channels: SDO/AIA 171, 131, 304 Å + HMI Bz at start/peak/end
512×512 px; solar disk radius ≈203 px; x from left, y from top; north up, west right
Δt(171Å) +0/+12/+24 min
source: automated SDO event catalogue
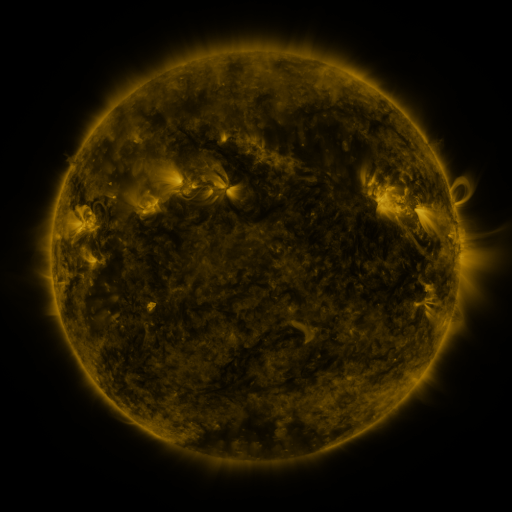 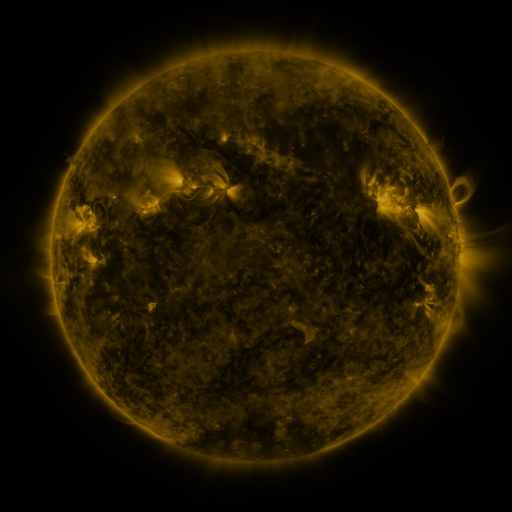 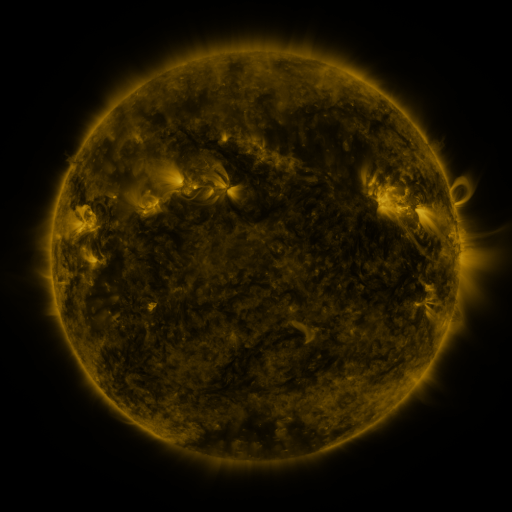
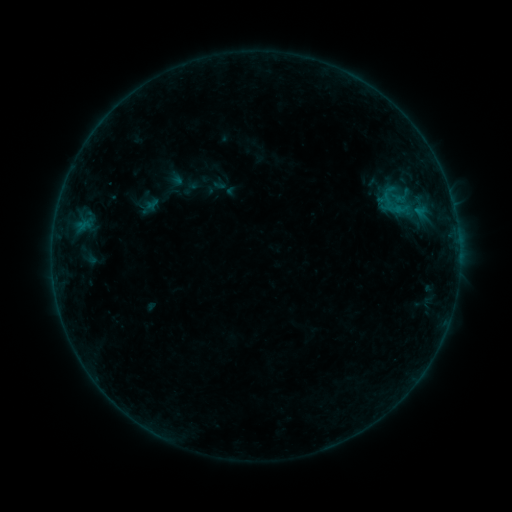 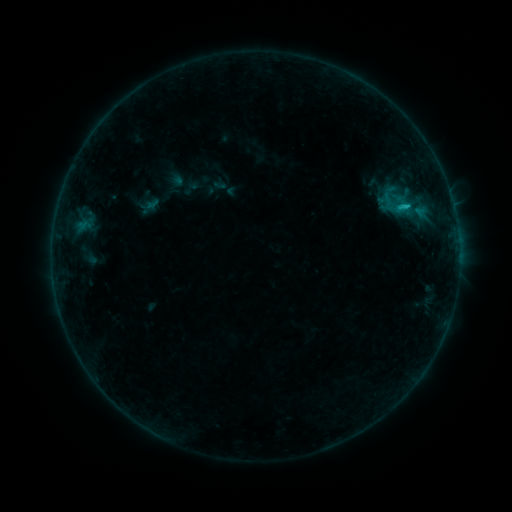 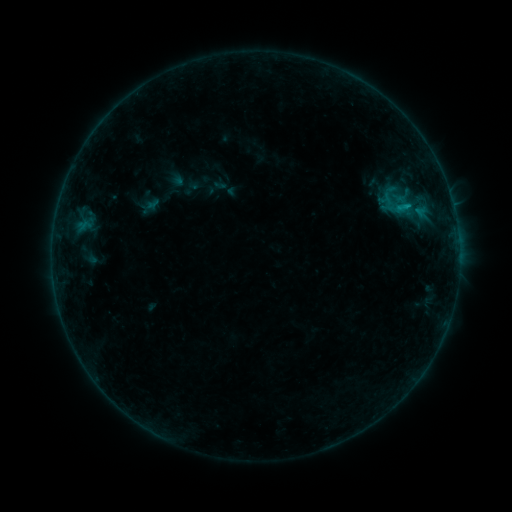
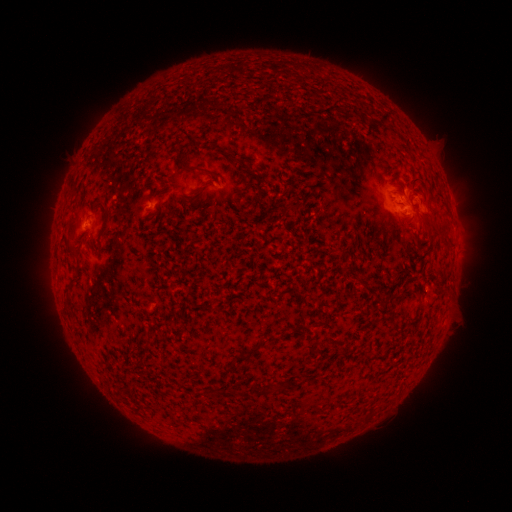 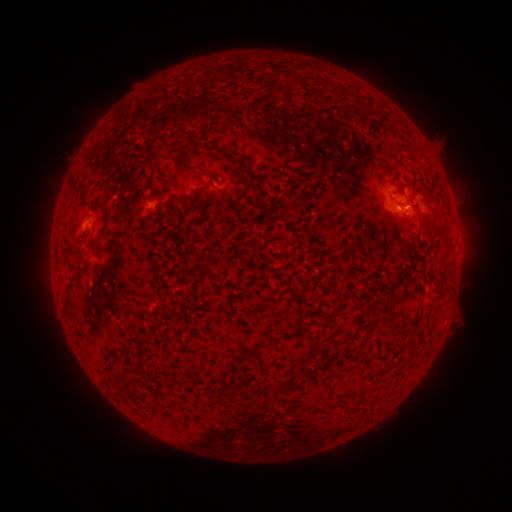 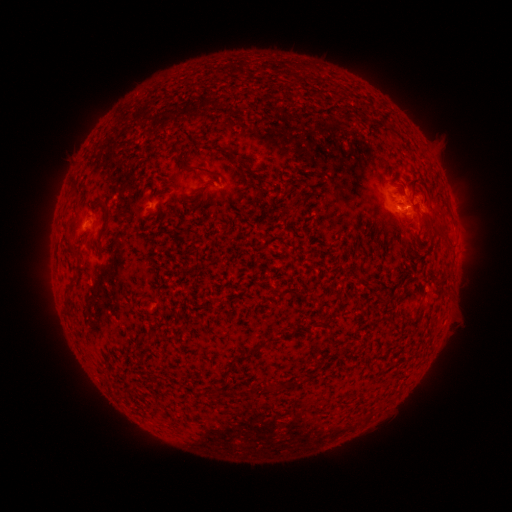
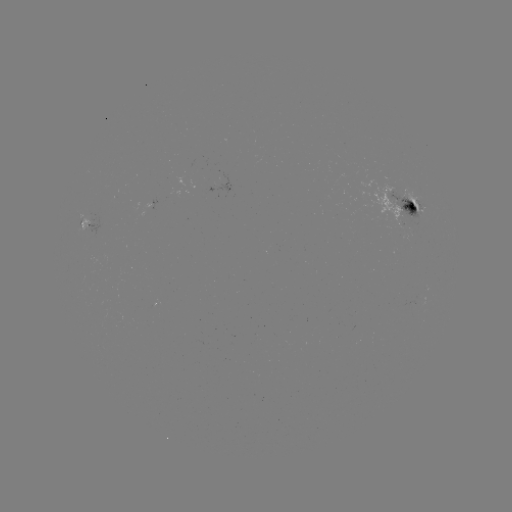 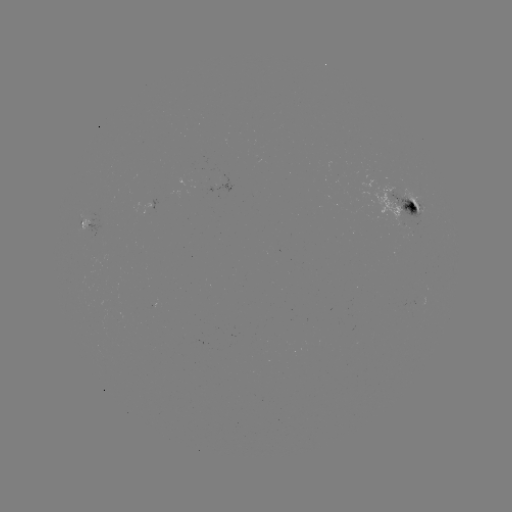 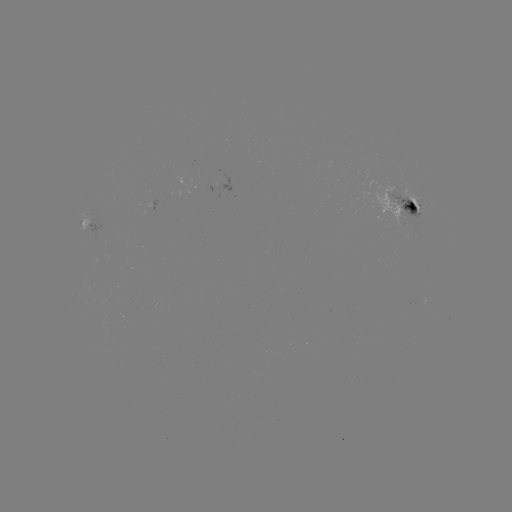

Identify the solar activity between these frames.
B8.4 flare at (405, 208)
